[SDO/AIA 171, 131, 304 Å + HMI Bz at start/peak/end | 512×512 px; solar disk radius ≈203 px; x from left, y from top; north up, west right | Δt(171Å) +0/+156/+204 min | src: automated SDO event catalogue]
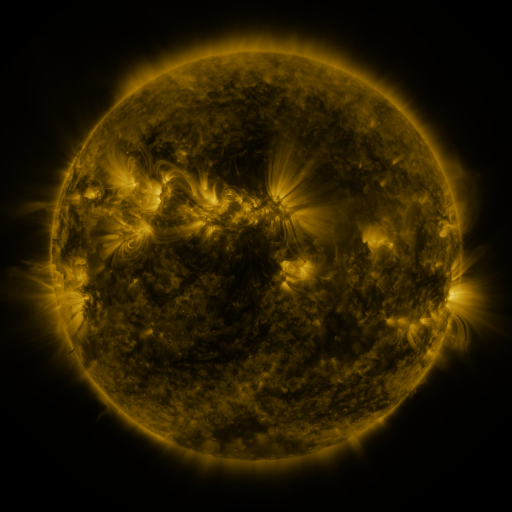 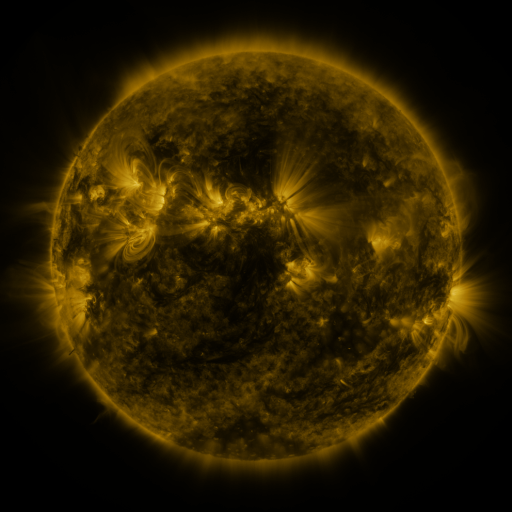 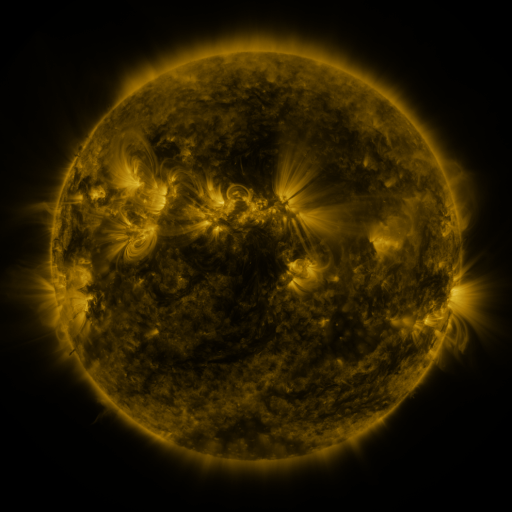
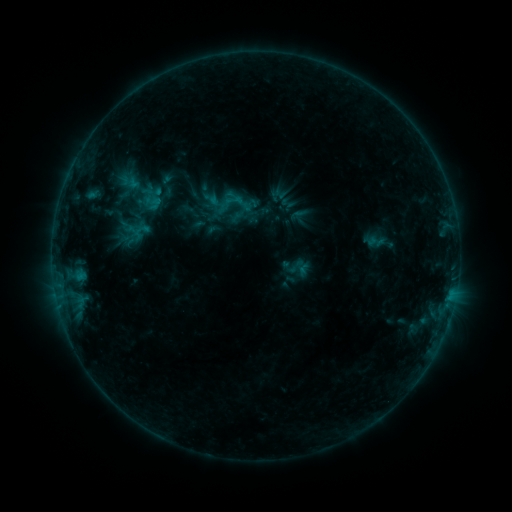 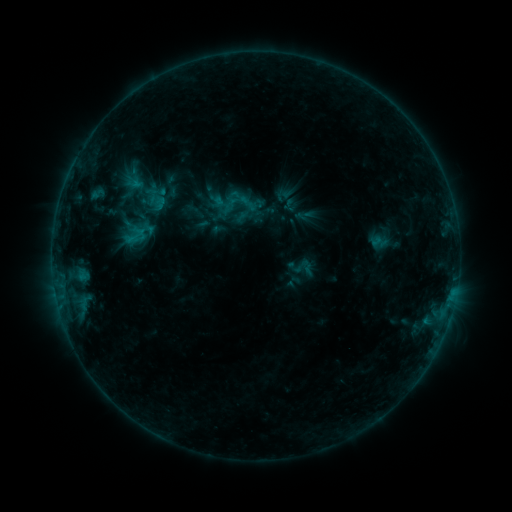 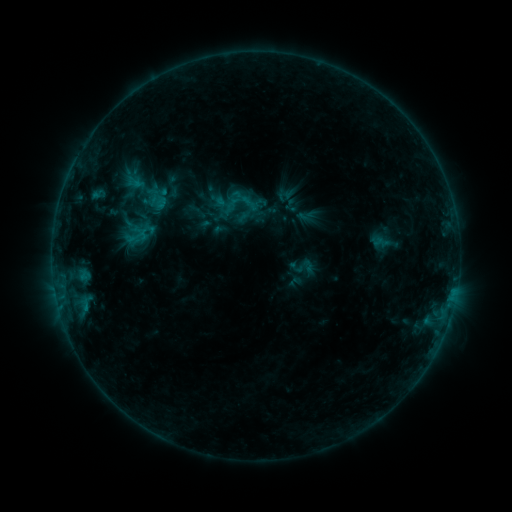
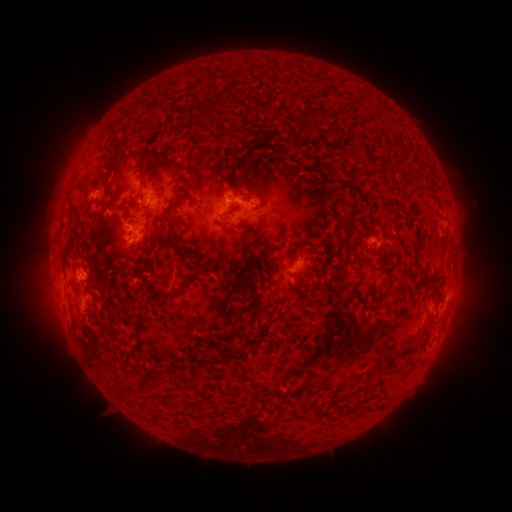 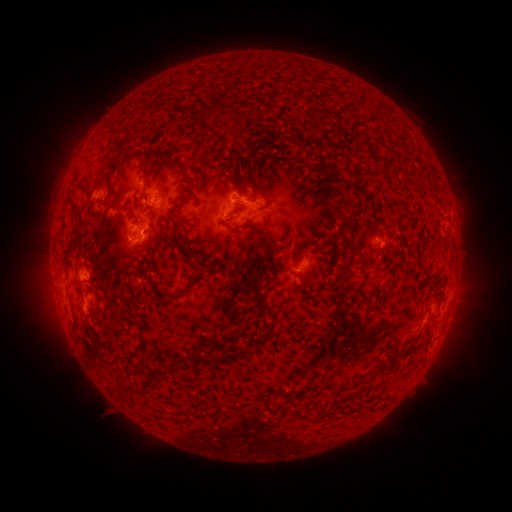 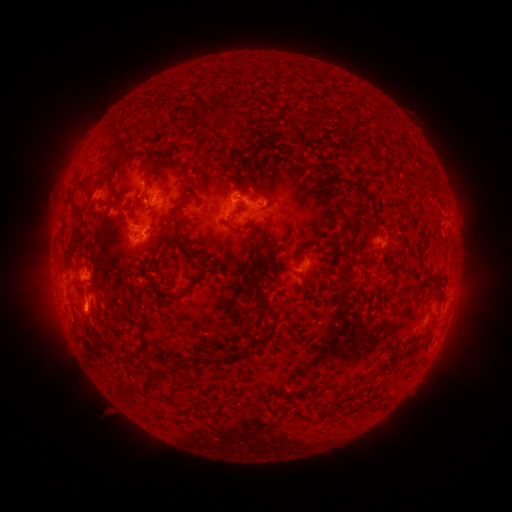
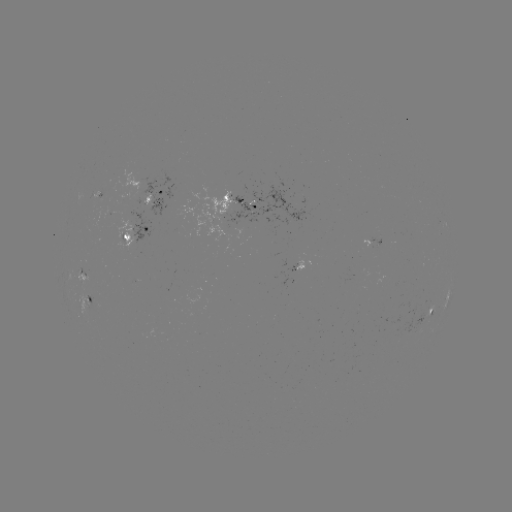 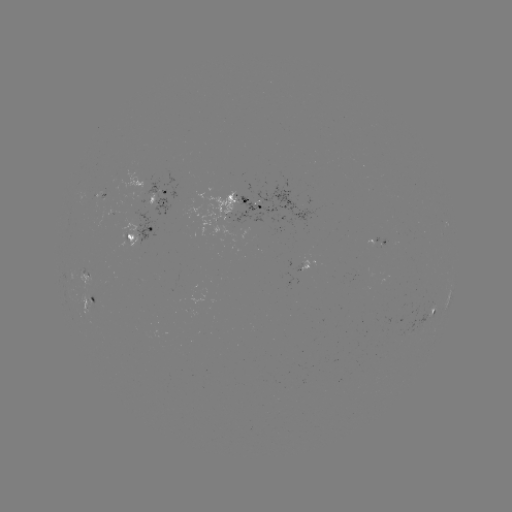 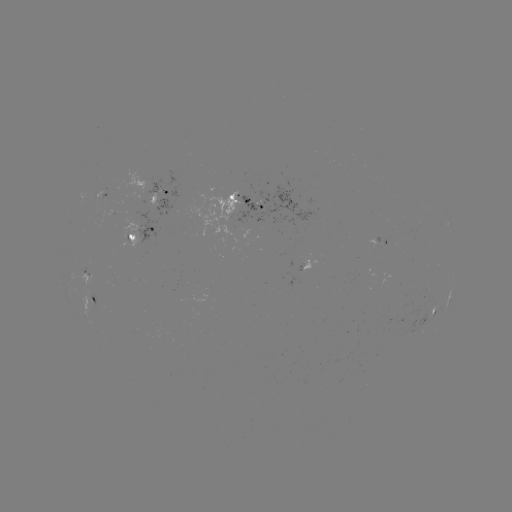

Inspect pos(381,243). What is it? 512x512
emerging-flux region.